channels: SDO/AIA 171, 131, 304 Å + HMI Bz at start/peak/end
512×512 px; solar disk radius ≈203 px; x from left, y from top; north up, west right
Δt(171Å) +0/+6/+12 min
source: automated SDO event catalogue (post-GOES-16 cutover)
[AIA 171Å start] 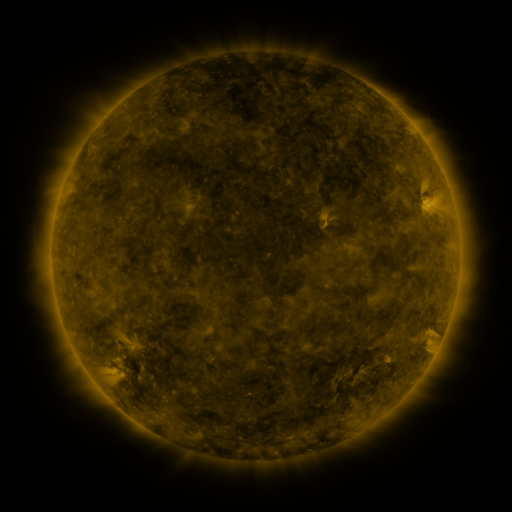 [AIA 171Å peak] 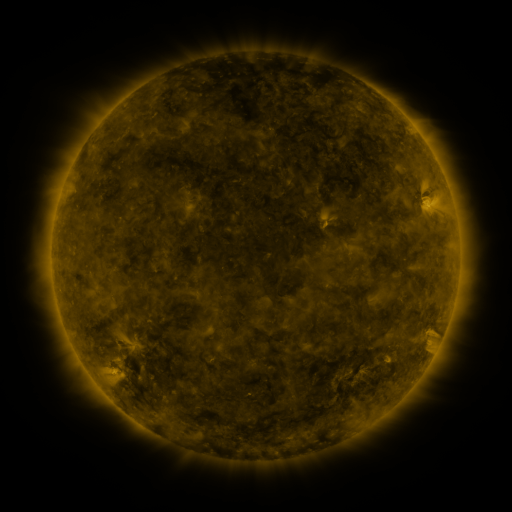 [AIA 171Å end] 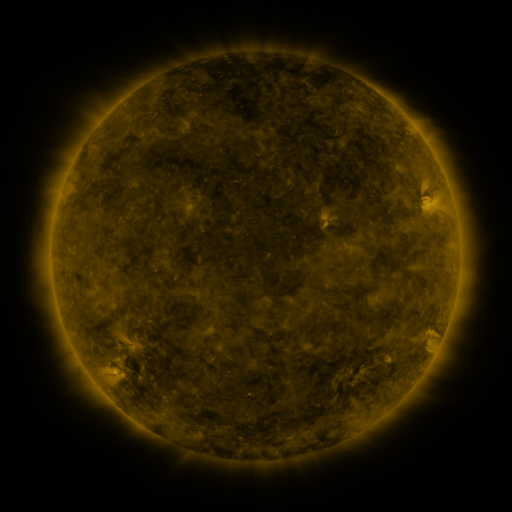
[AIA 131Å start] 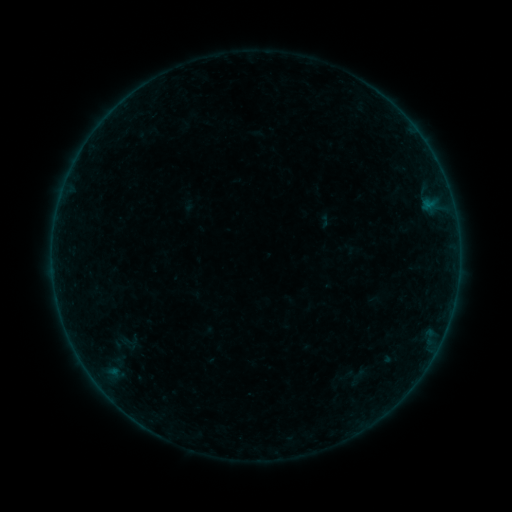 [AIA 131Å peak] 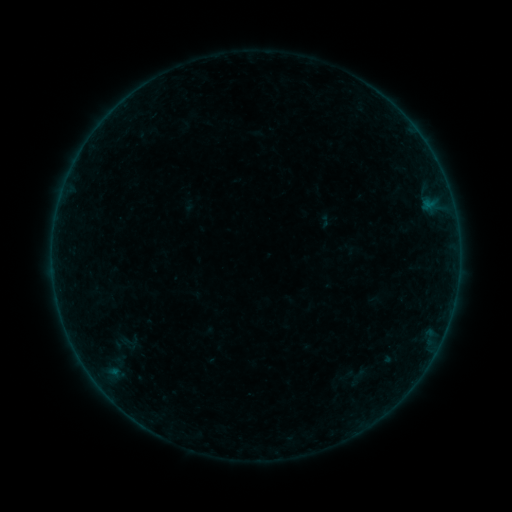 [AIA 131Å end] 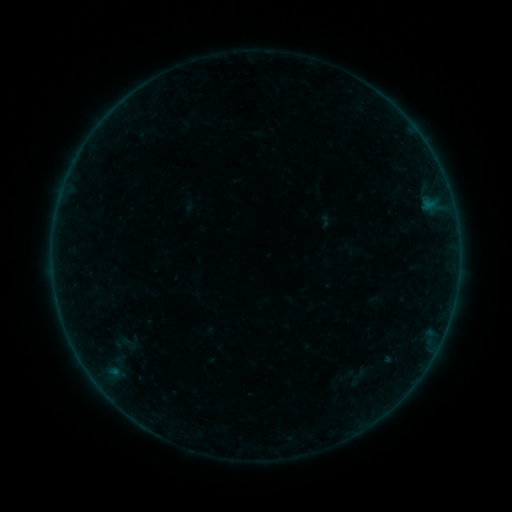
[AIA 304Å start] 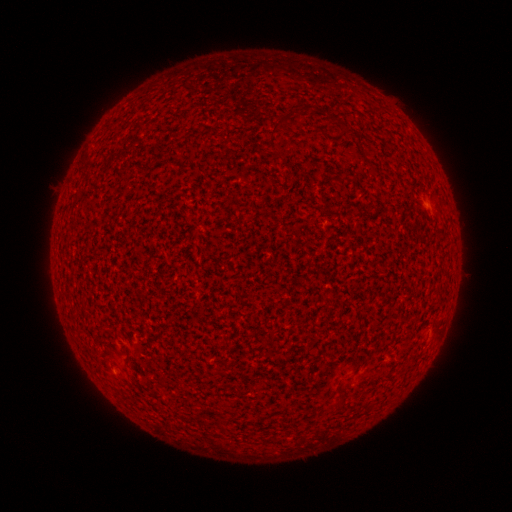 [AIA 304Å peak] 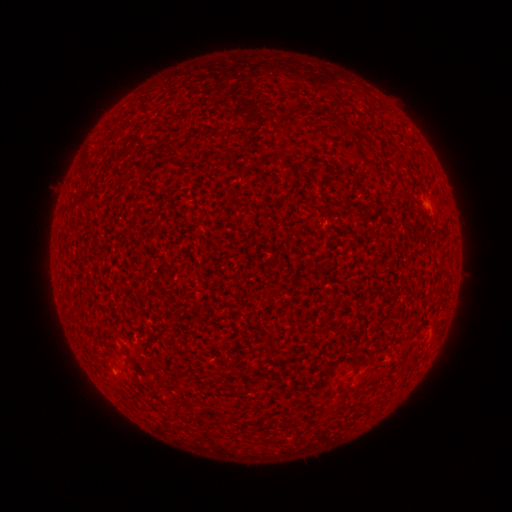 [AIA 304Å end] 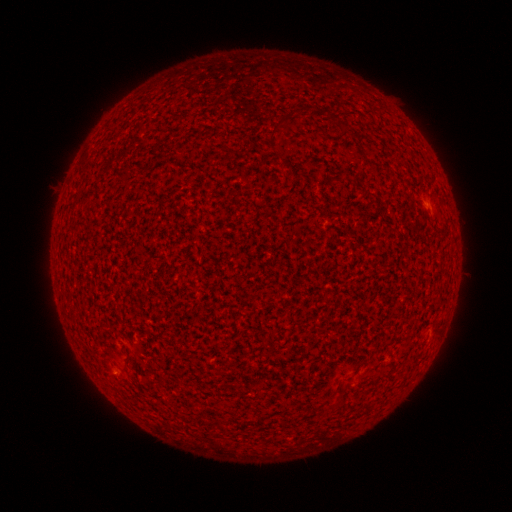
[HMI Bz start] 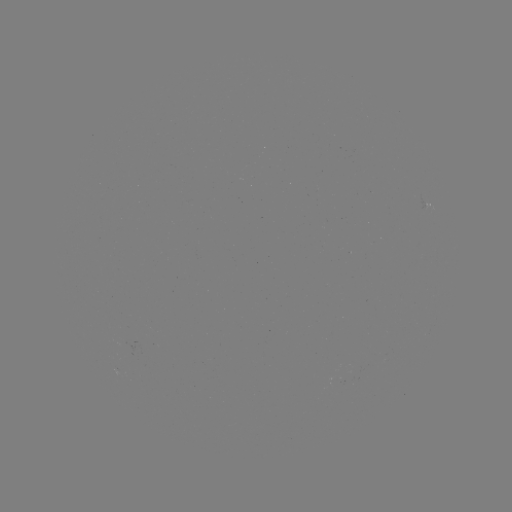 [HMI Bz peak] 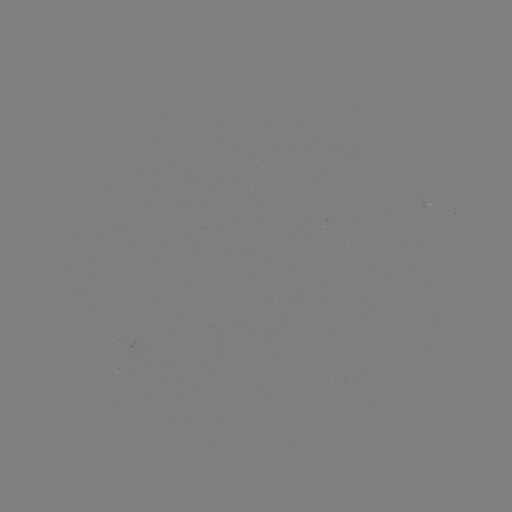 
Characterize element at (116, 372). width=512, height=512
A2.3 flare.